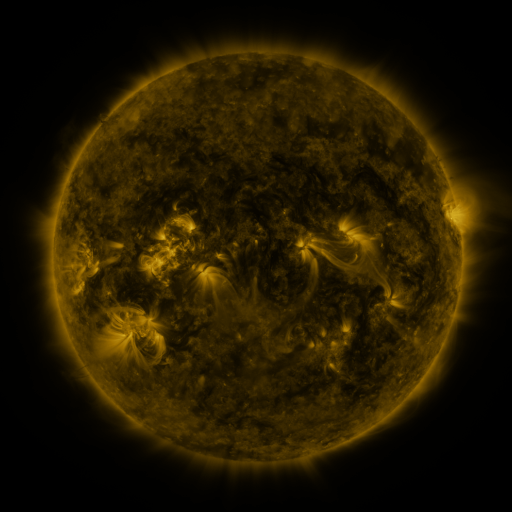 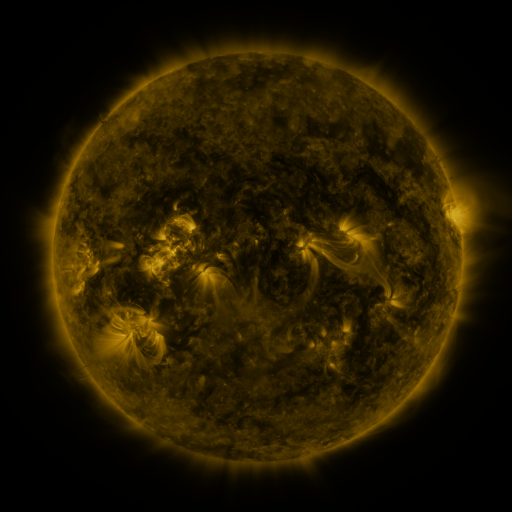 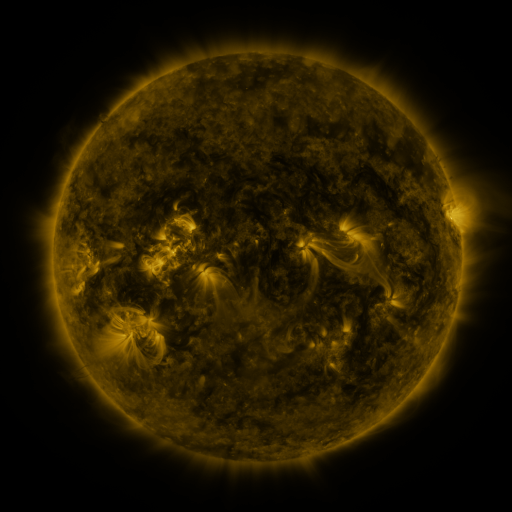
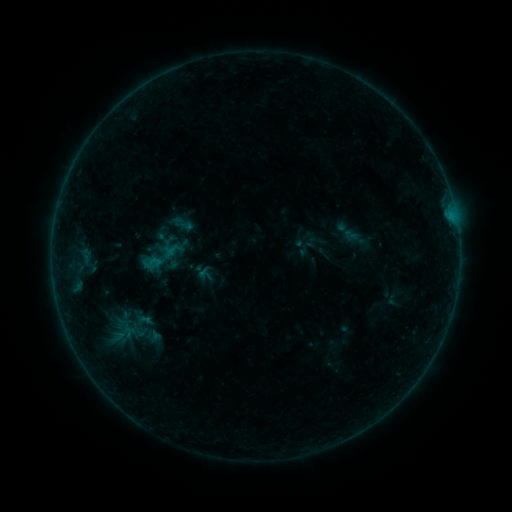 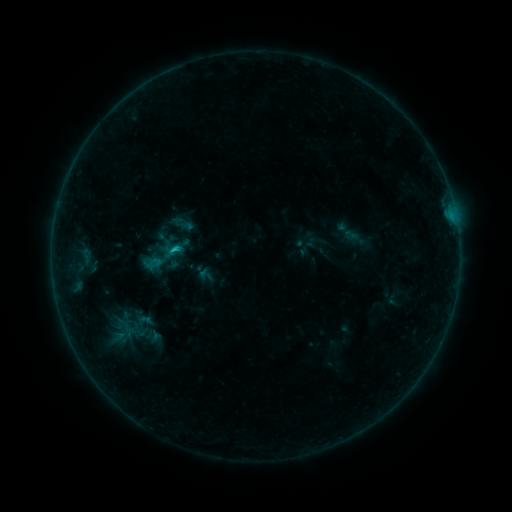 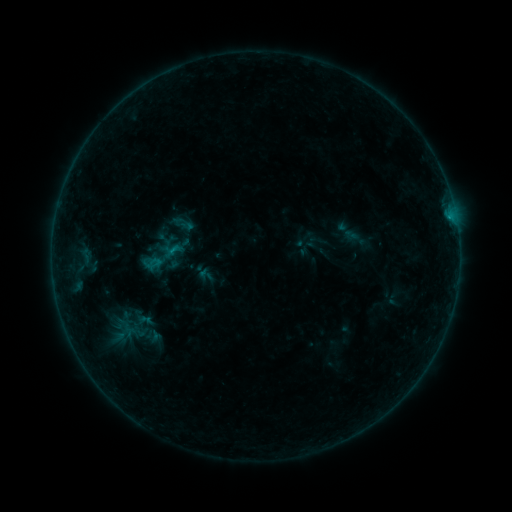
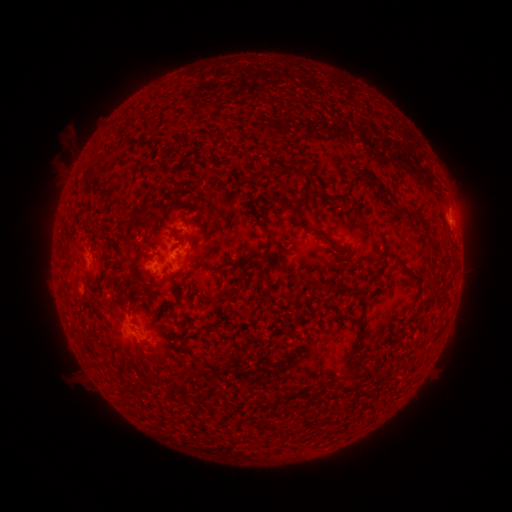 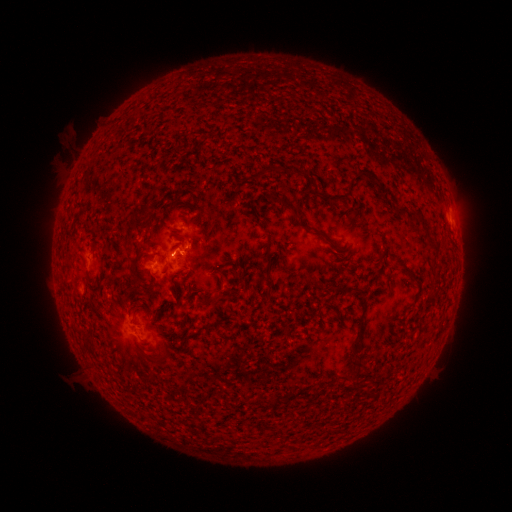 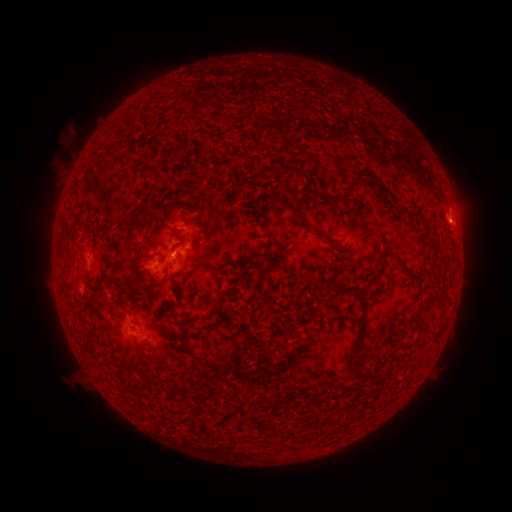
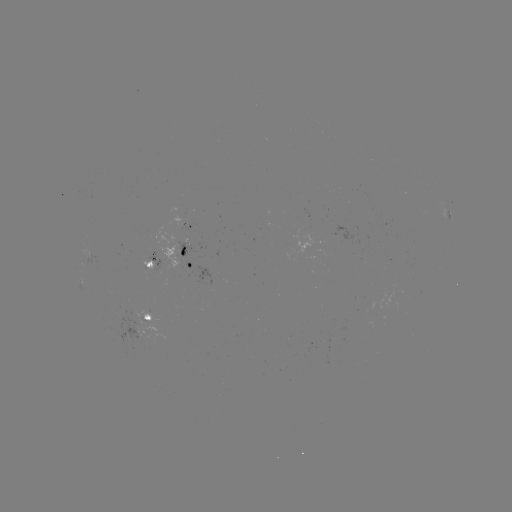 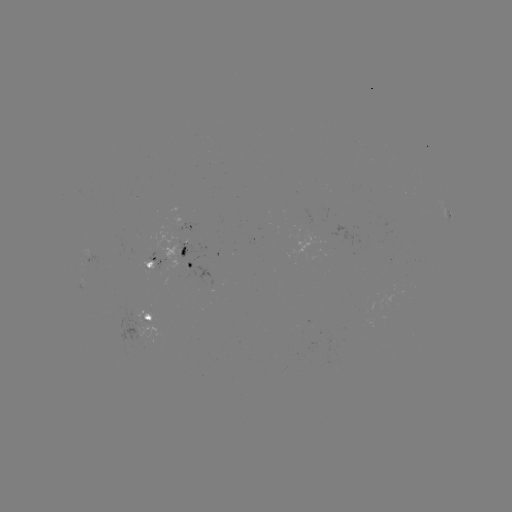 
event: flare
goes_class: B7.0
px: (176, 255)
